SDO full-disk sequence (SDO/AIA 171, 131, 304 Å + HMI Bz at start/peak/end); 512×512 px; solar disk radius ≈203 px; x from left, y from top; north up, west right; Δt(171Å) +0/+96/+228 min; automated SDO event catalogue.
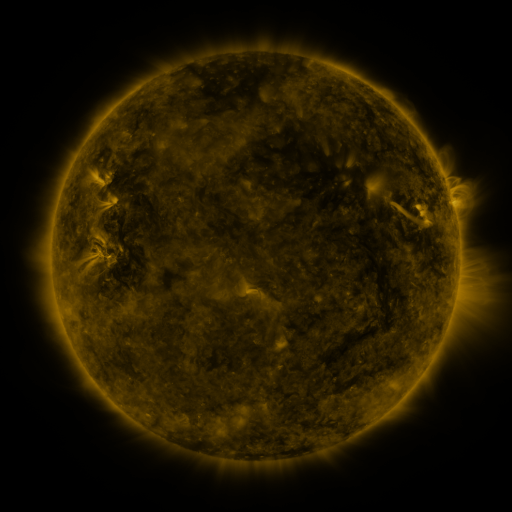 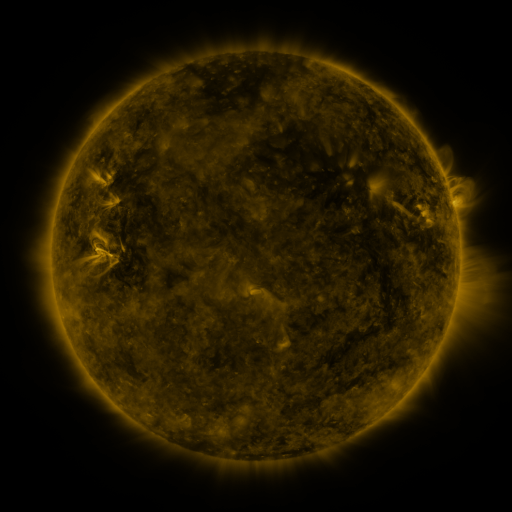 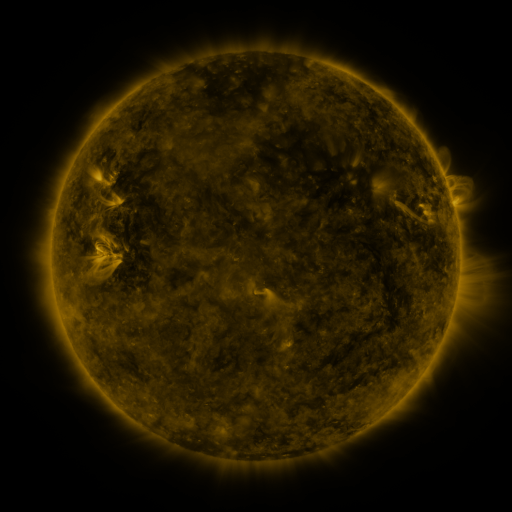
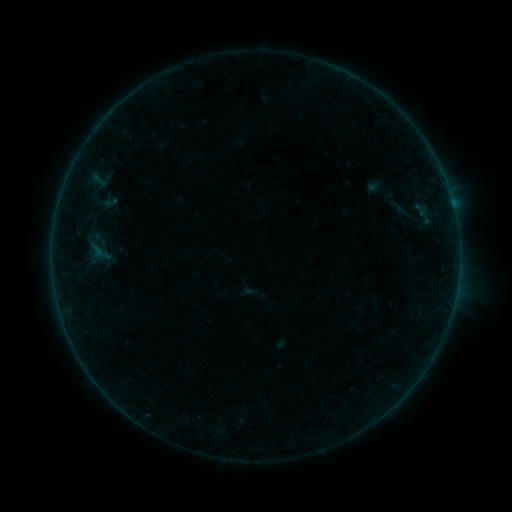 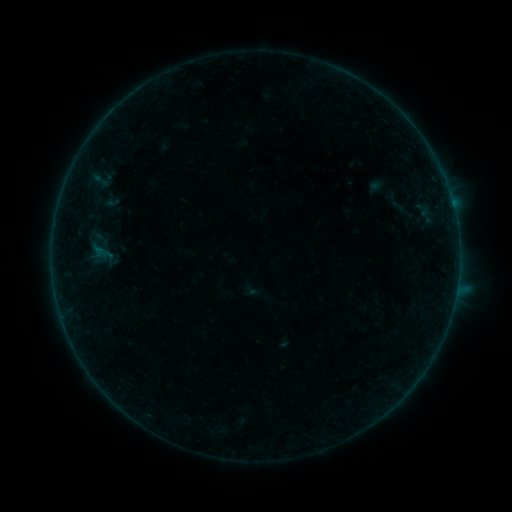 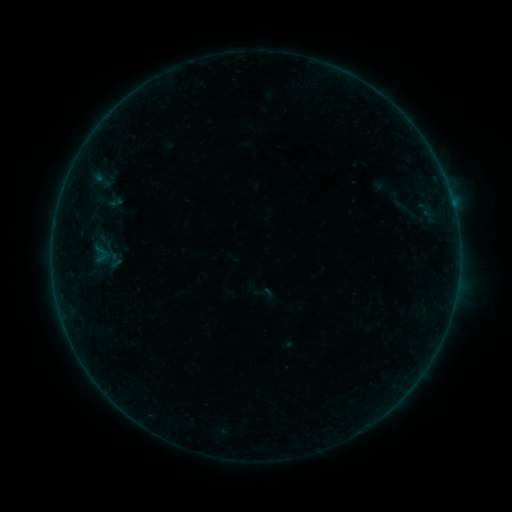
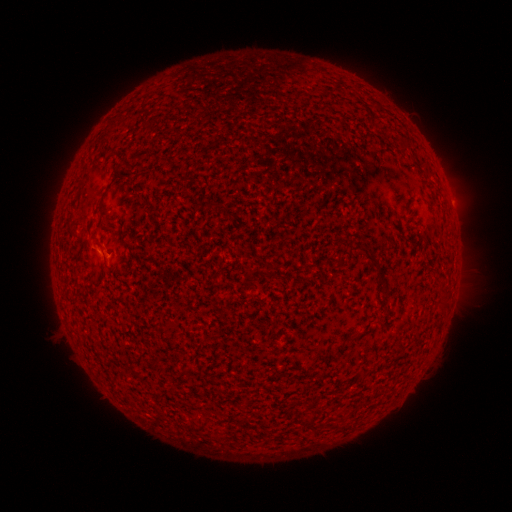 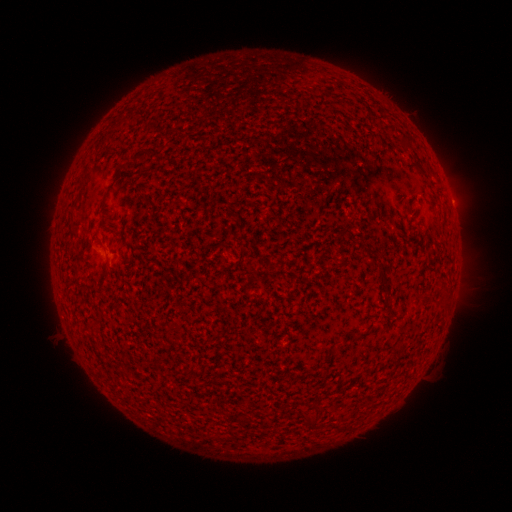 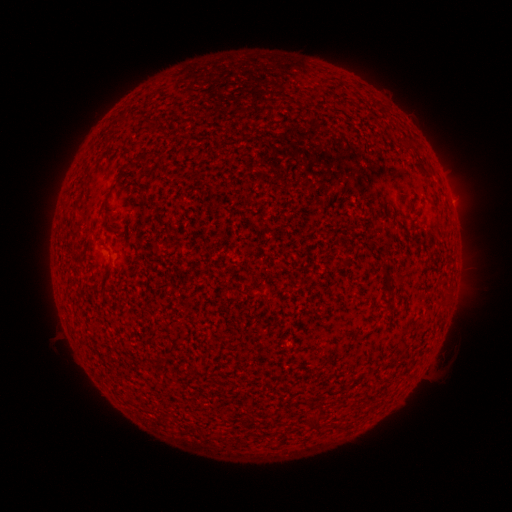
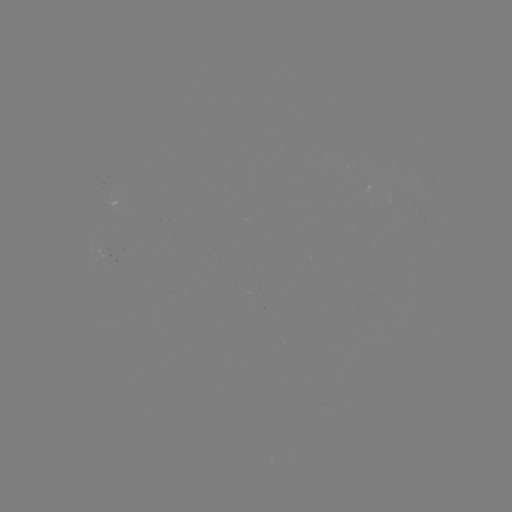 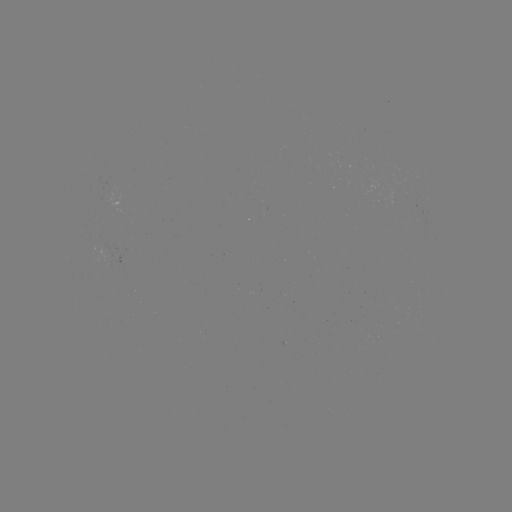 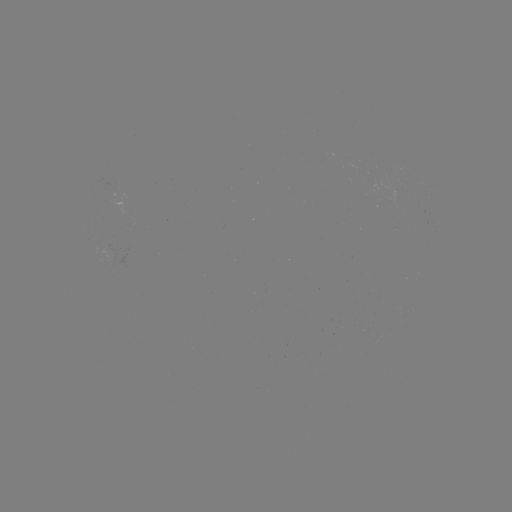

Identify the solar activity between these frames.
B2.4 flare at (456, 288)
